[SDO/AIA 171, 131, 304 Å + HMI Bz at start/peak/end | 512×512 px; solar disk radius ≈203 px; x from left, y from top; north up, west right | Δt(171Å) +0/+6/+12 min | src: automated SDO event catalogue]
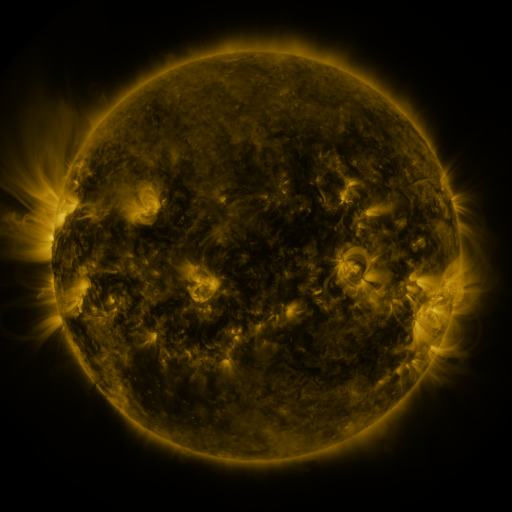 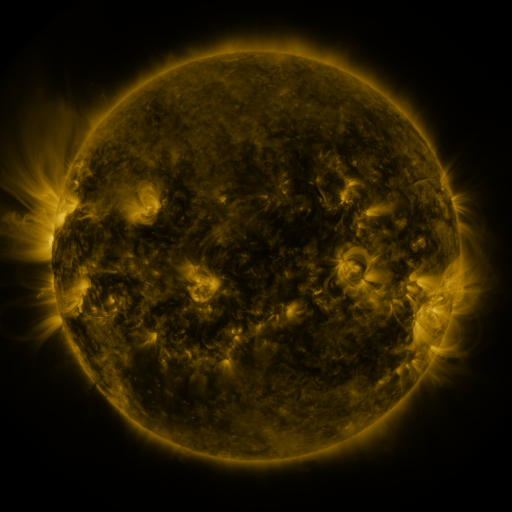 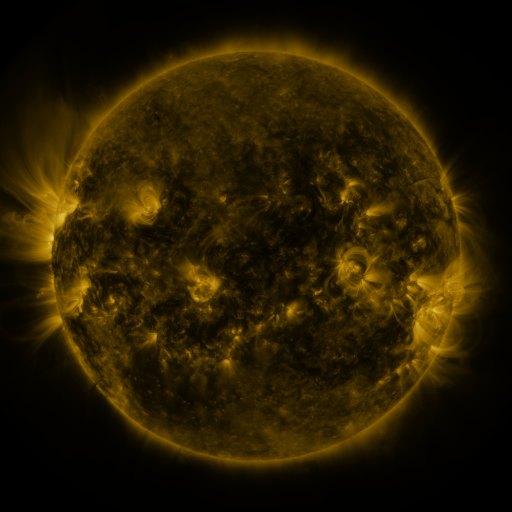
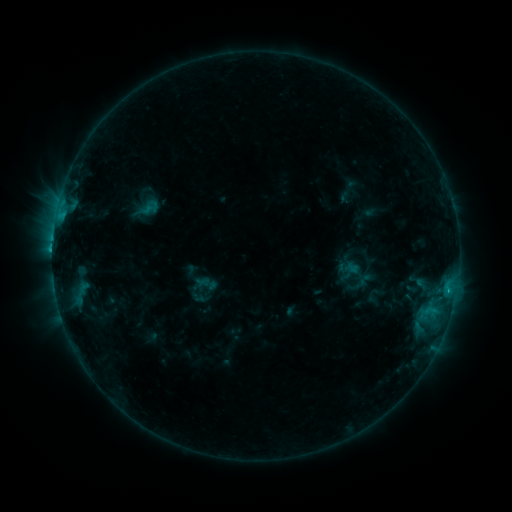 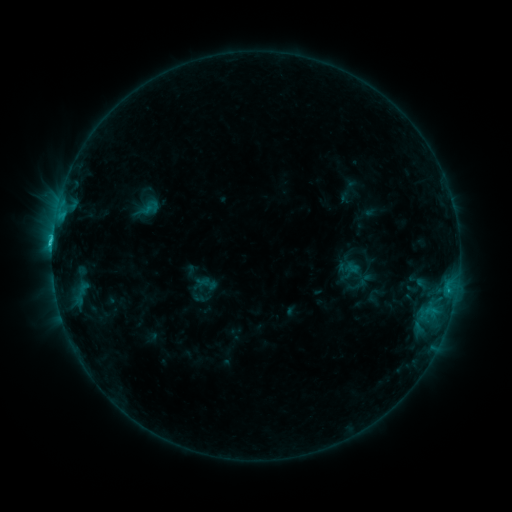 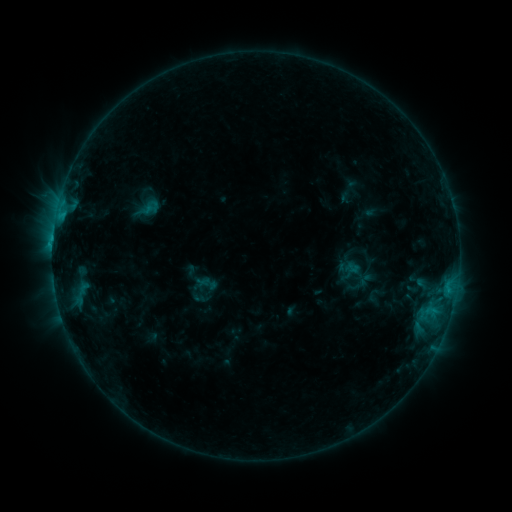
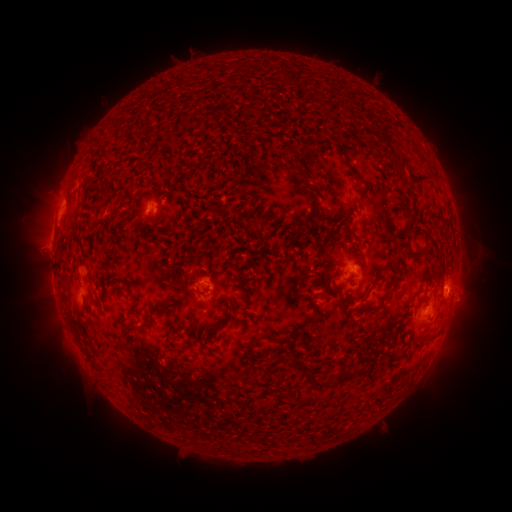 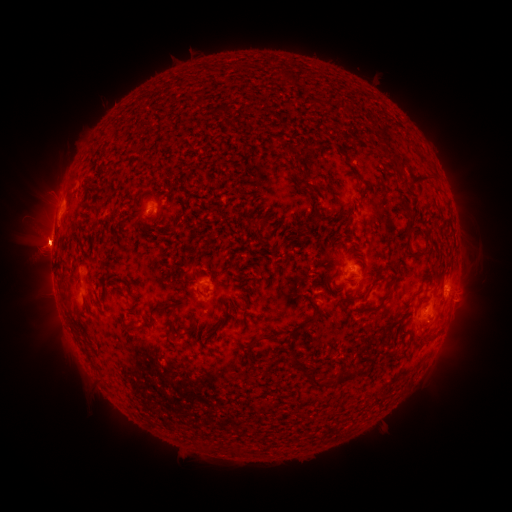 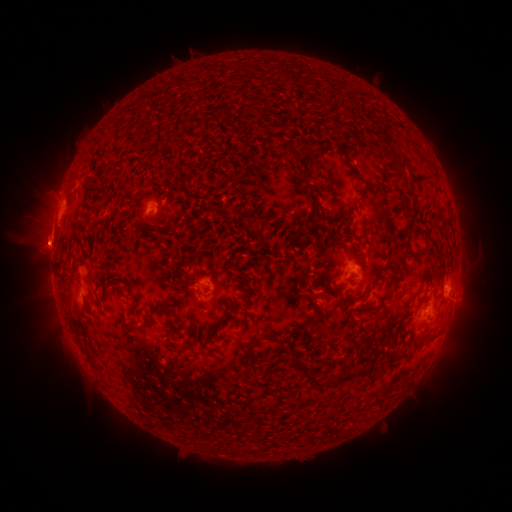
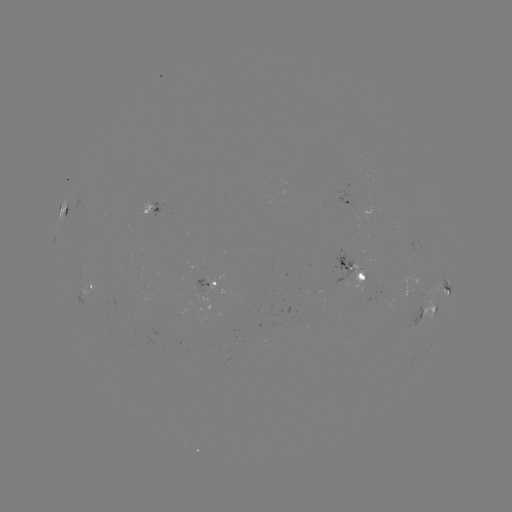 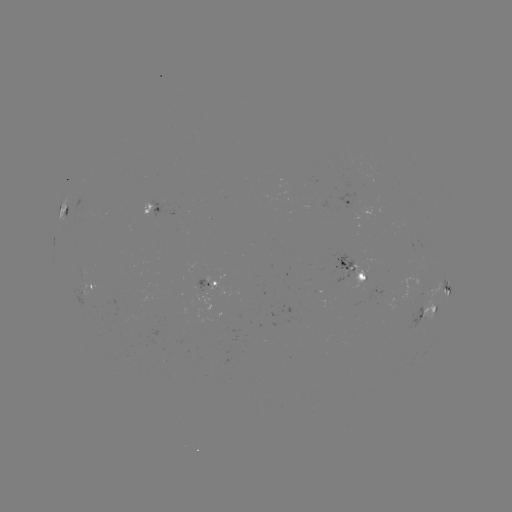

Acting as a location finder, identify C1.8 flare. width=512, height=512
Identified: [53, 245].